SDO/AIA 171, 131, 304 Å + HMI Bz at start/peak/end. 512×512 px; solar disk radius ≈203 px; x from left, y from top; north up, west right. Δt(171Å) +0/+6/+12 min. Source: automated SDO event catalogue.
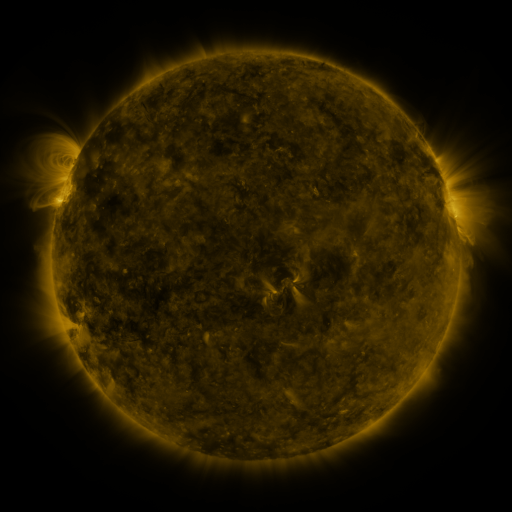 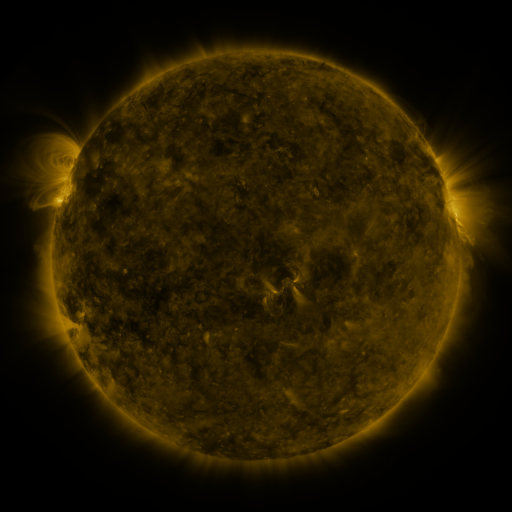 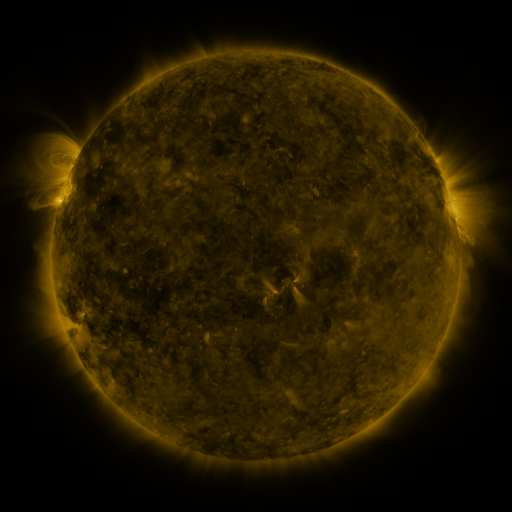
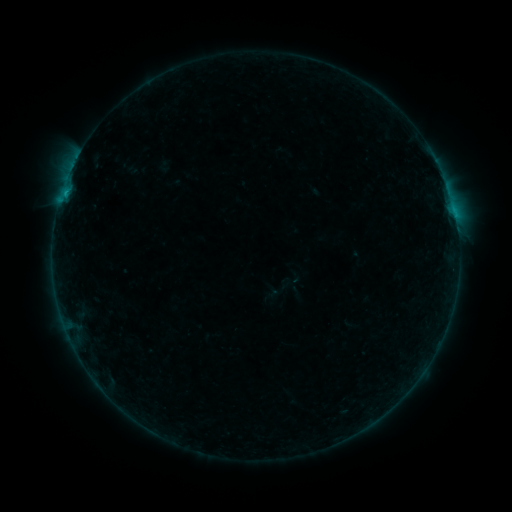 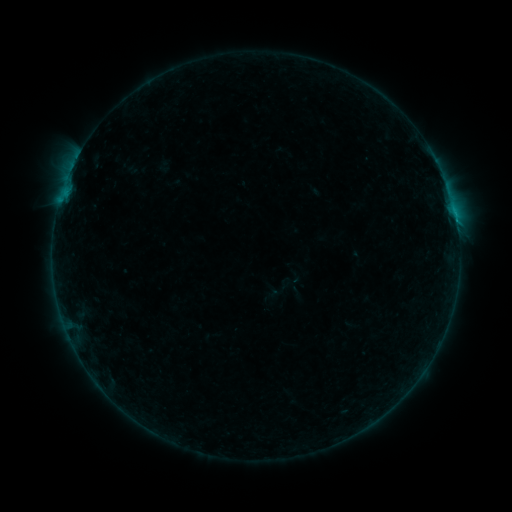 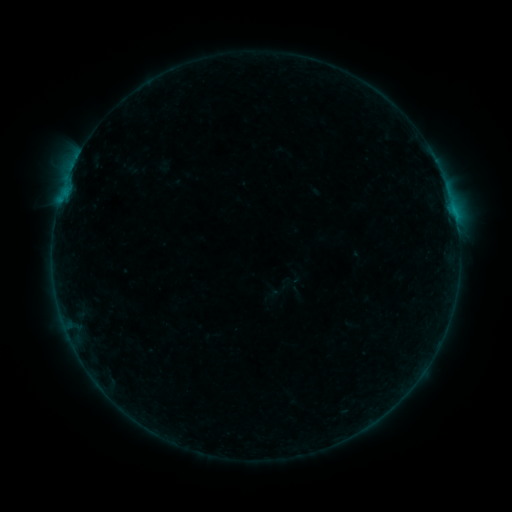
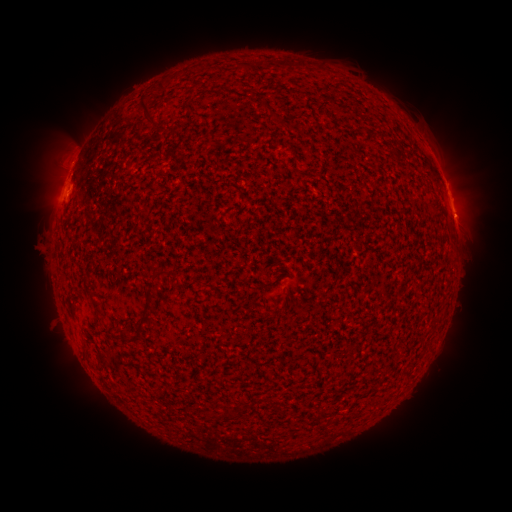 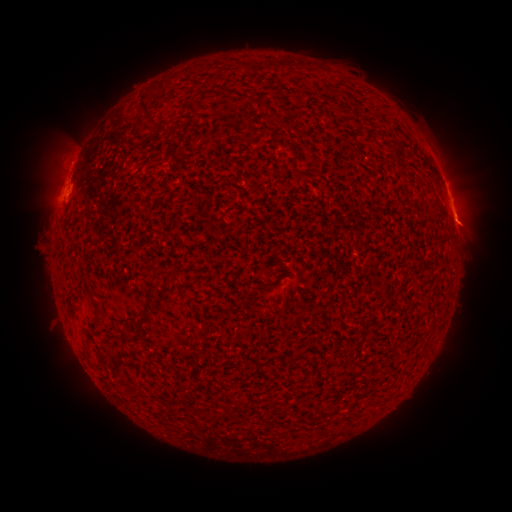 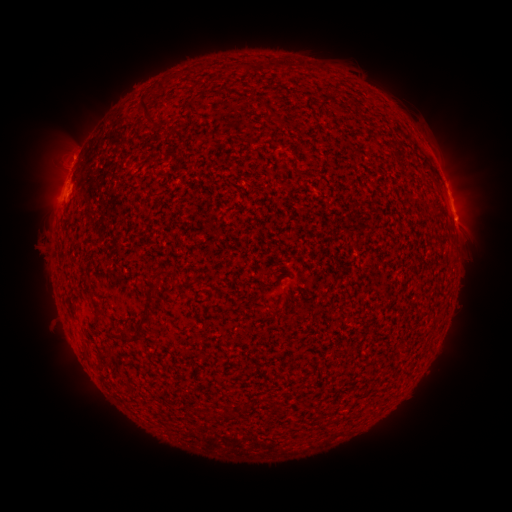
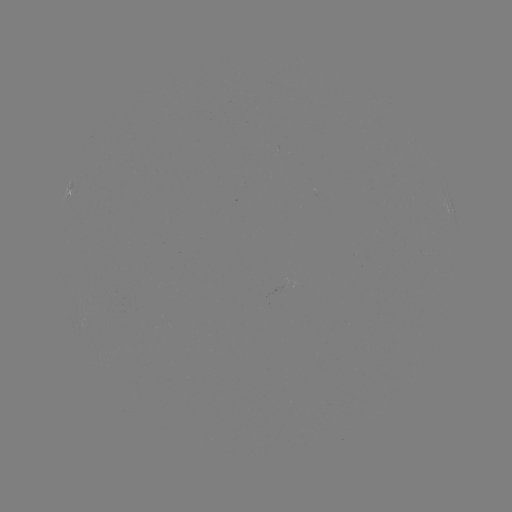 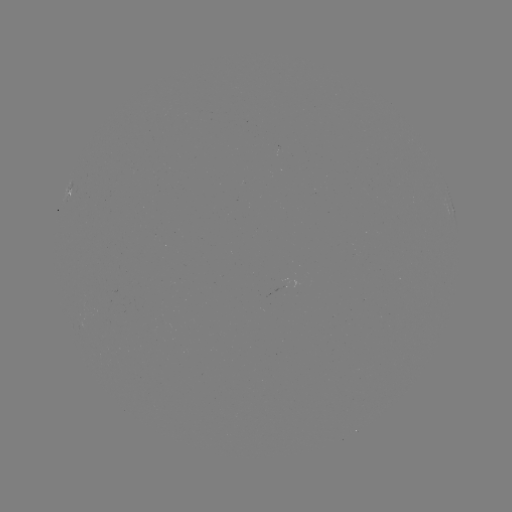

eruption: [444, 181, 501, 253]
